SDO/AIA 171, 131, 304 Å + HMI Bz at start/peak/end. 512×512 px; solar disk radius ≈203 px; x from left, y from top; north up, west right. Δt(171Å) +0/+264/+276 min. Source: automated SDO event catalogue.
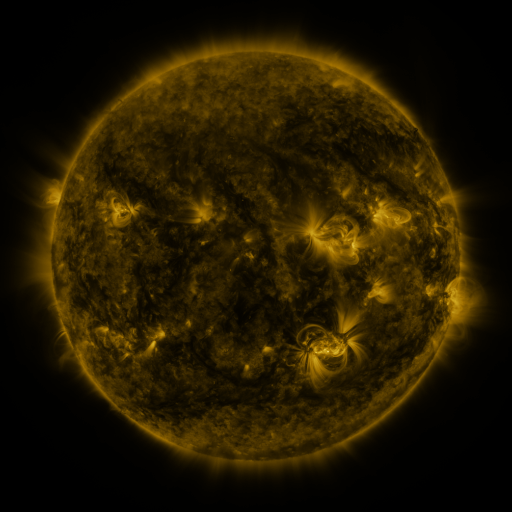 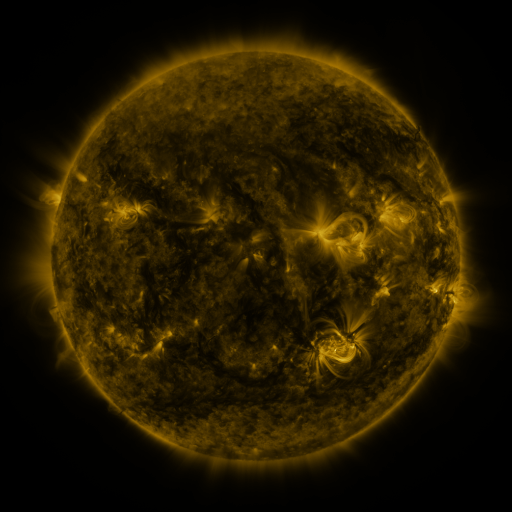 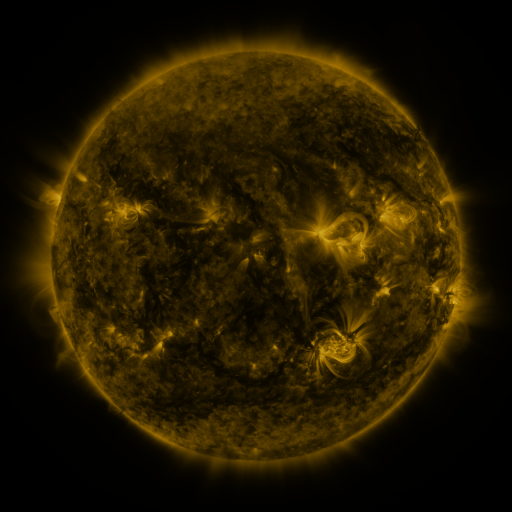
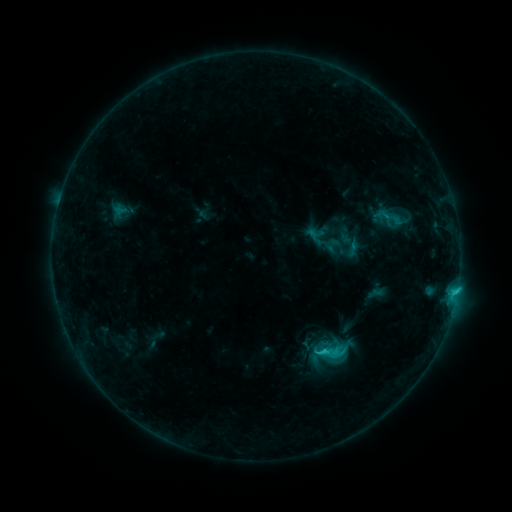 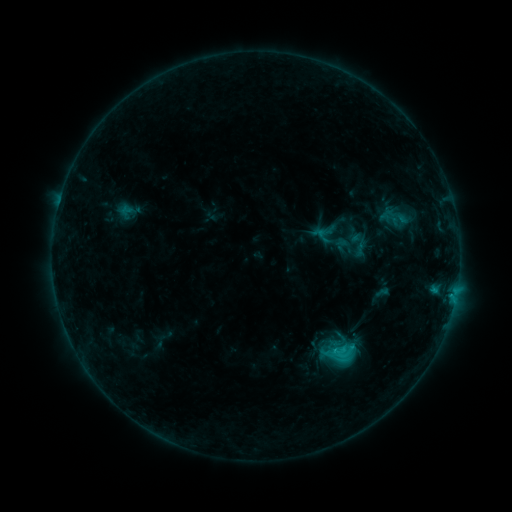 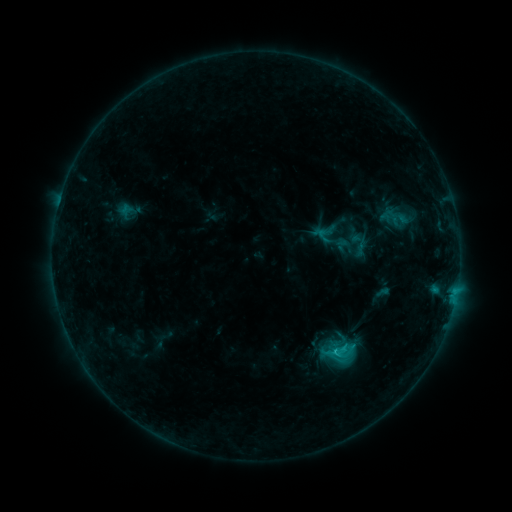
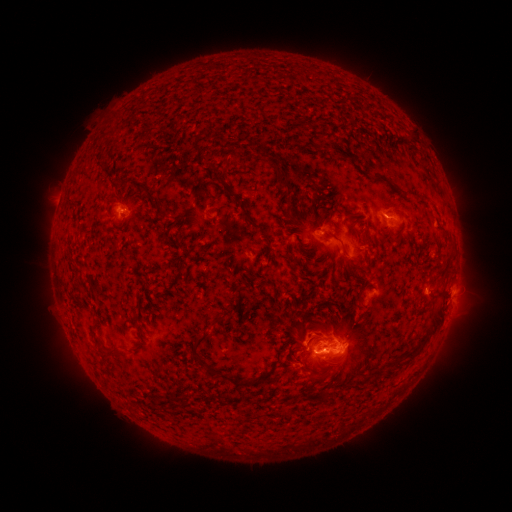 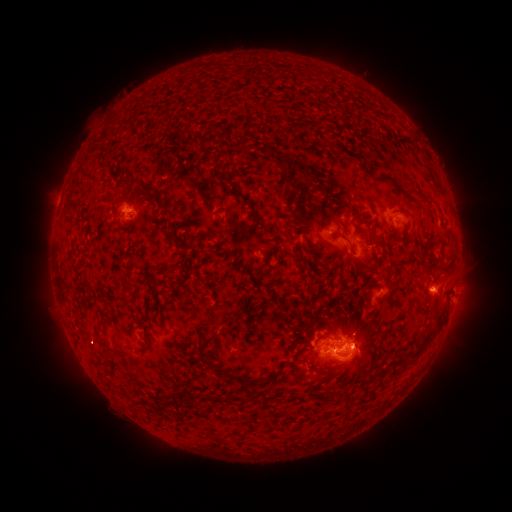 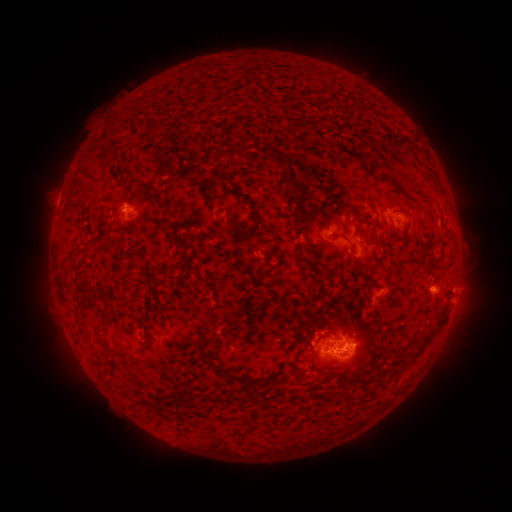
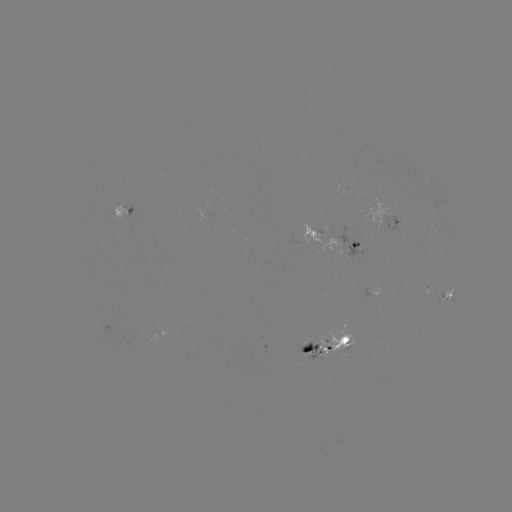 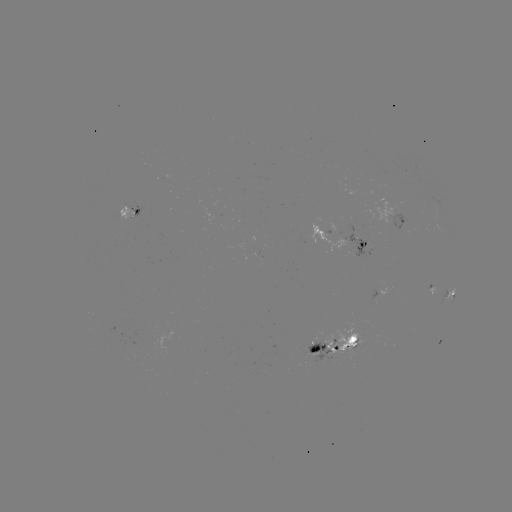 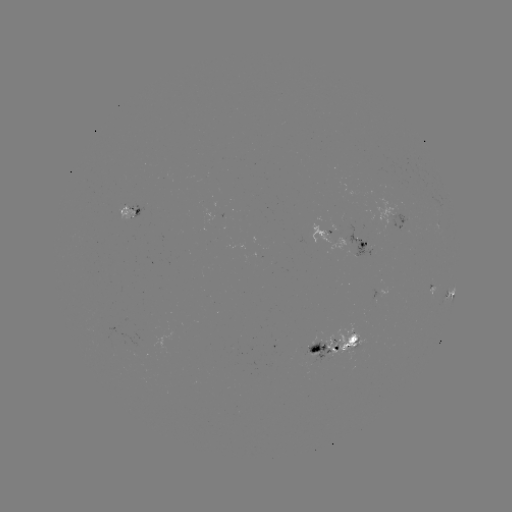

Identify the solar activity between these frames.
emerging-flux region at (319, 345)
